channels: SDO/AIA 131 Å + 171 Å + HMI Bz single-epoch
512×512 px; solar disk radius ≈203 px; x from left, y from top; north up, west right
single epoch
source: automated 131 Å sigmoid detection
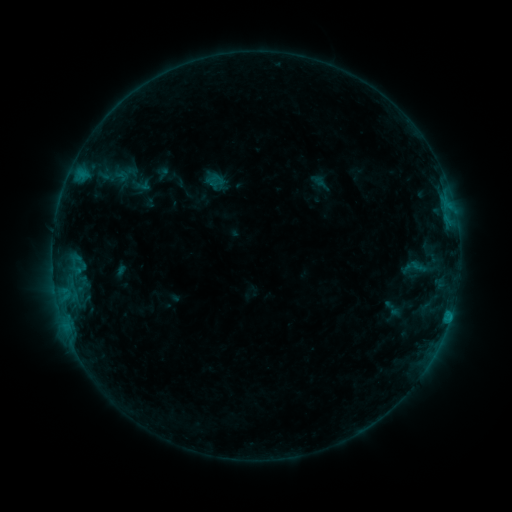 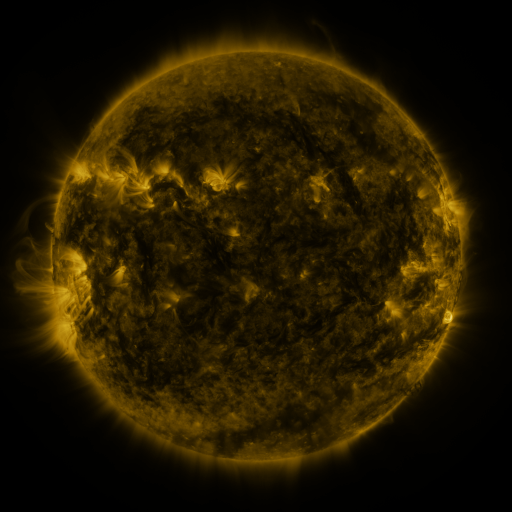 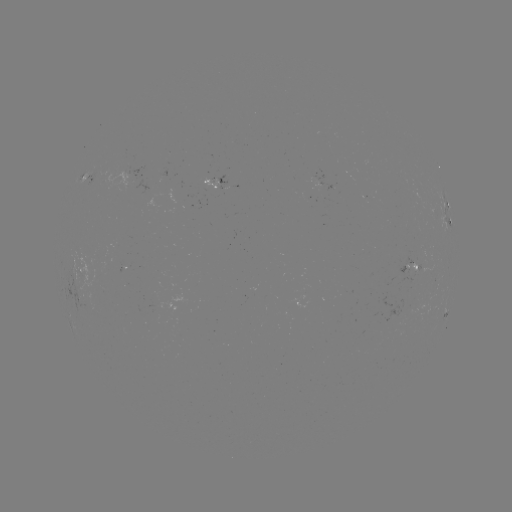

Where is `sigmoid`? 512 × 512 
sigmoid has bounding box [400, 250, 428, 285].